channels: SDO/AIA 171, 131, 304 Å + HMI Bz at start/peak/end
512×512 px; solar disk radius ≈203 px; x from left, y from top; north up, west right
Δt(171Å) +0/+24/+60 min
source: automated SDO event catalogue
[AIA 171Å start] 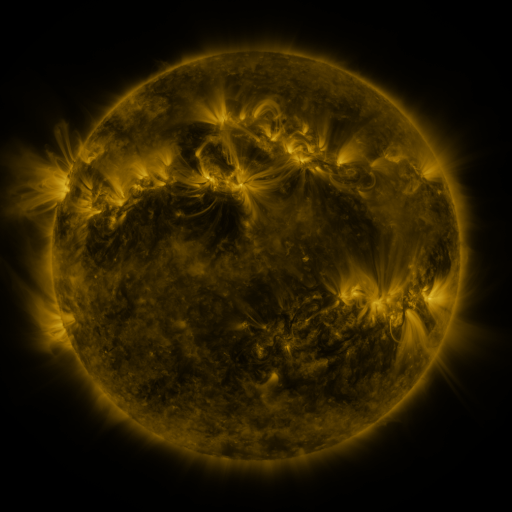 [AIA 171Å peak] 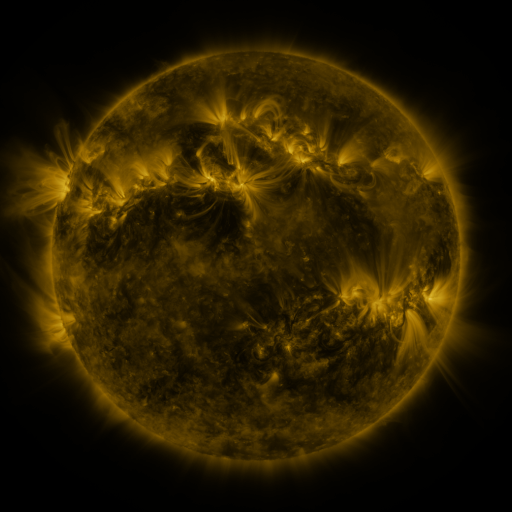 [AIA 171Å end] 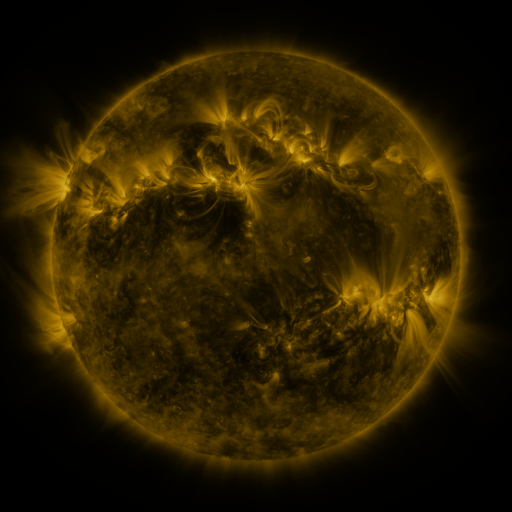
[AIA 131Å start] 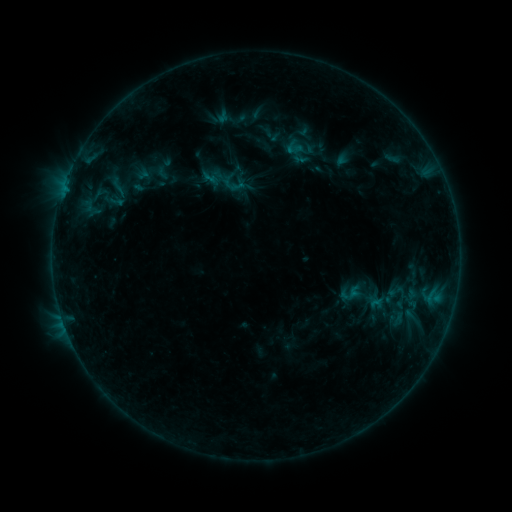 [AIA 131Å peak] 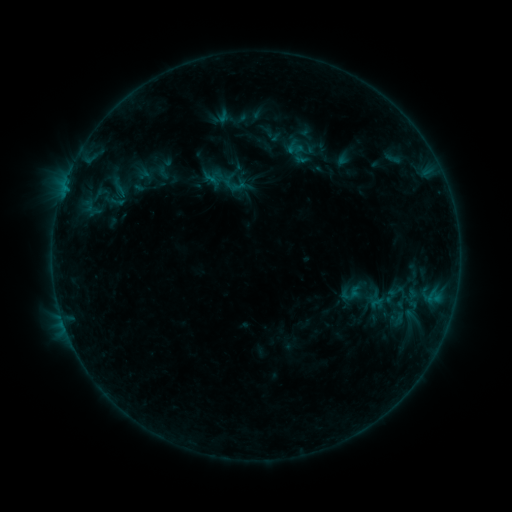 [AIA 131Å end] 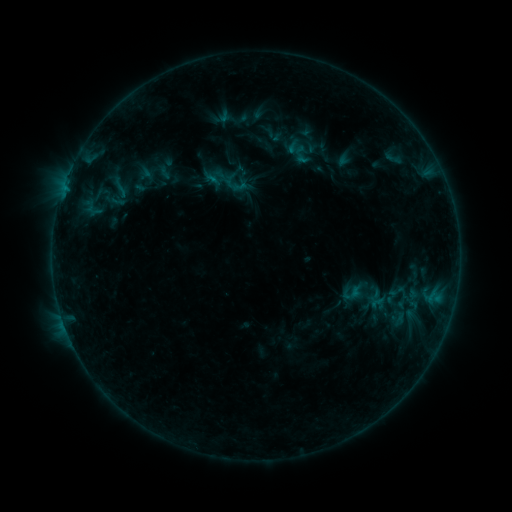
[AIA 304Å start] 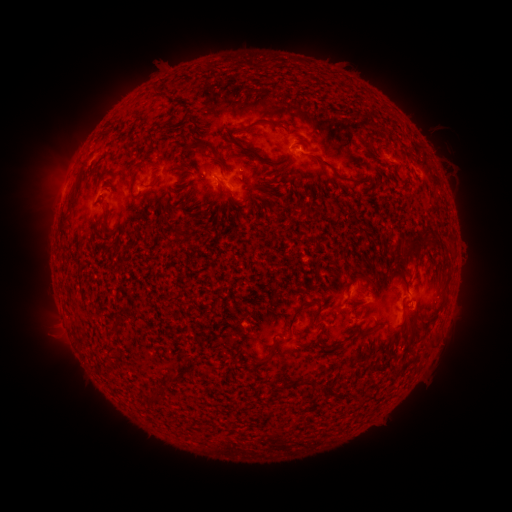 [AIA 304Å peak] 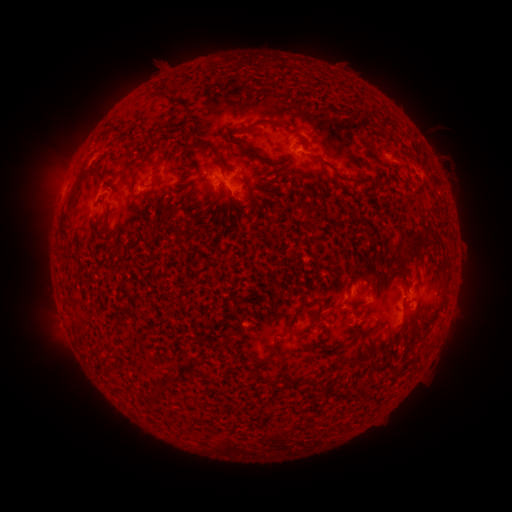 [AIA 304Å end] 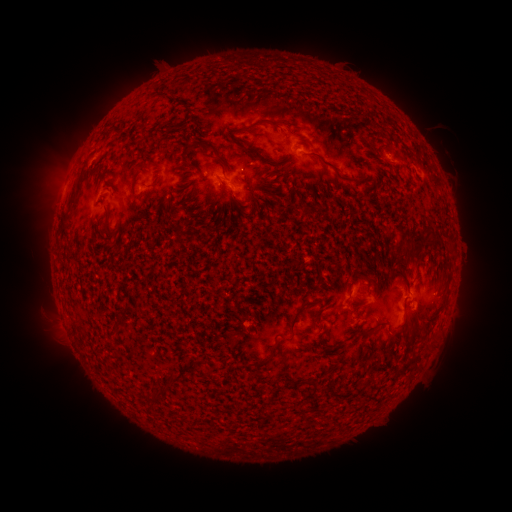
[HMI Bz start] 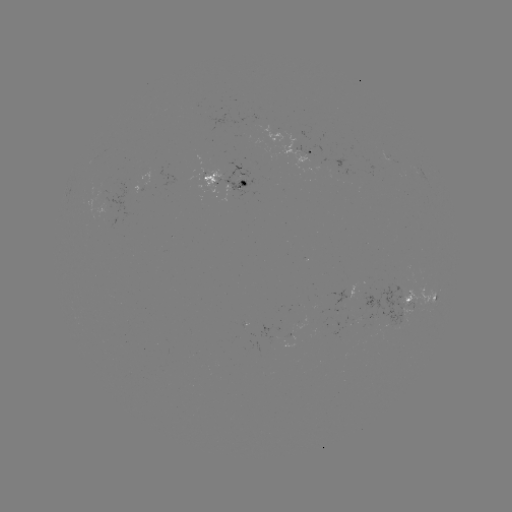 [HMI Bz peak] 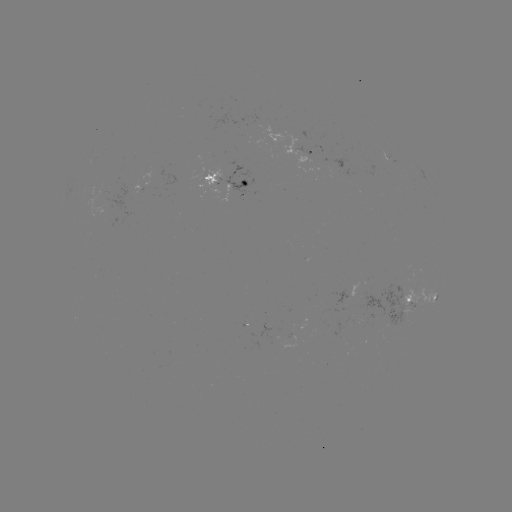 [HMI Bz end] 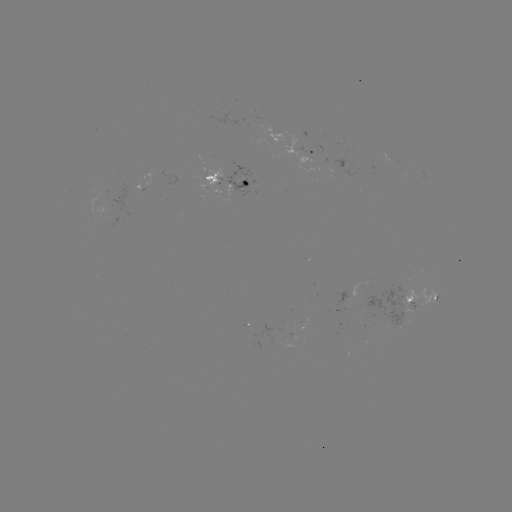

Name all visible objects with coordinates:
emerging-flux region: (300, 141)
